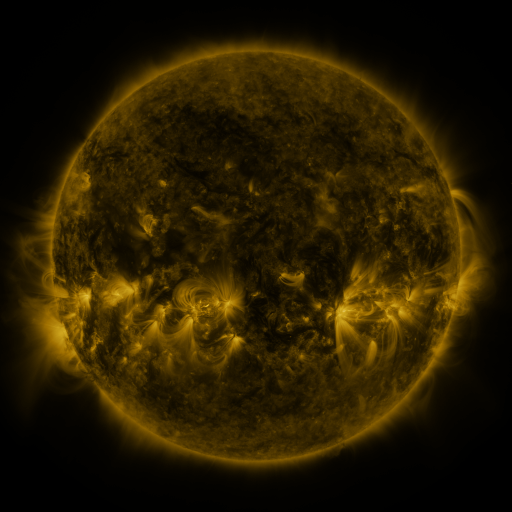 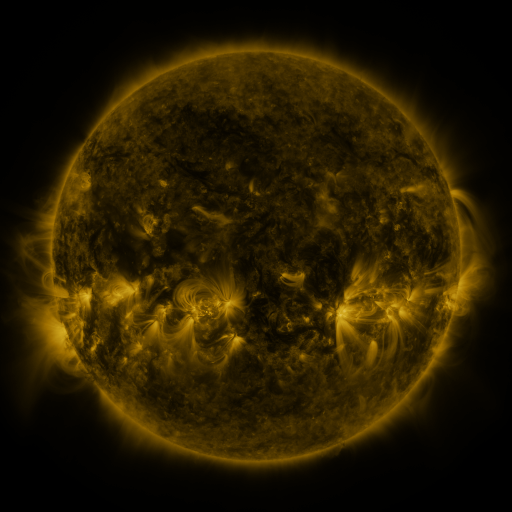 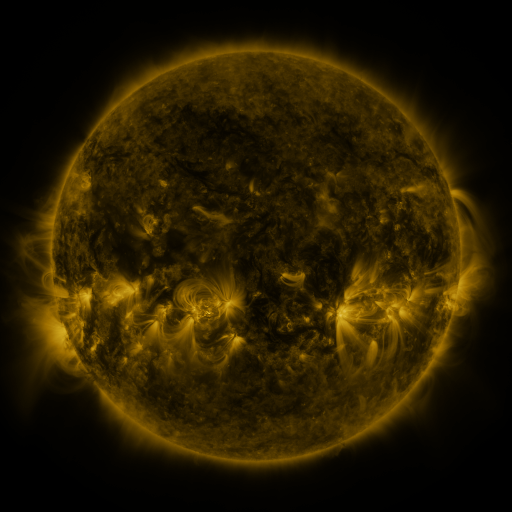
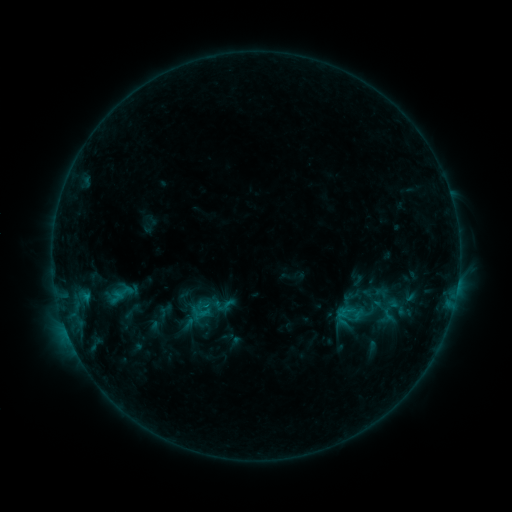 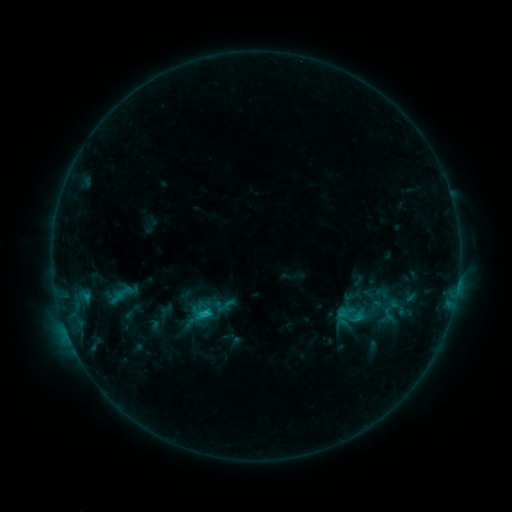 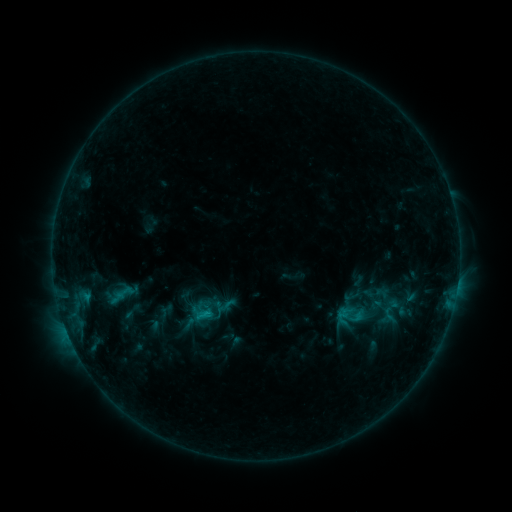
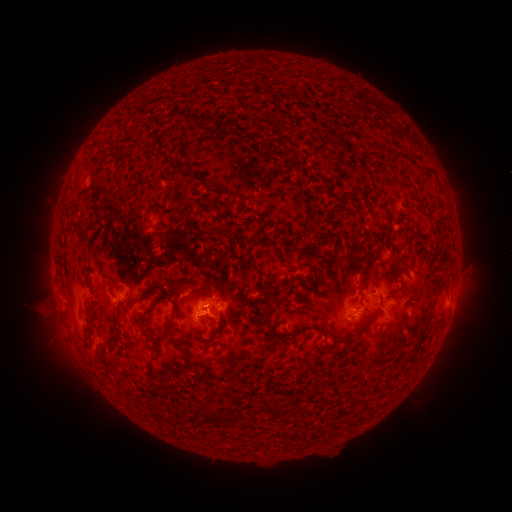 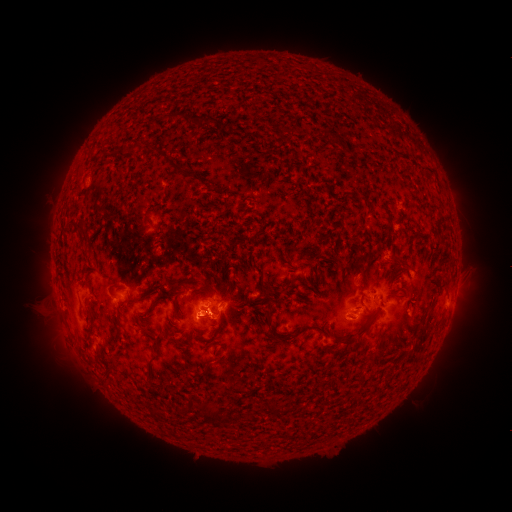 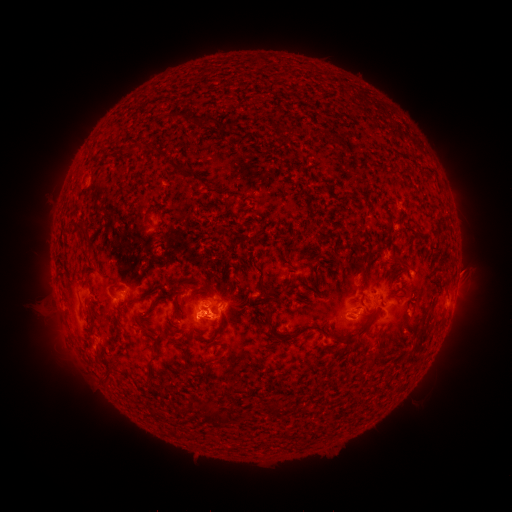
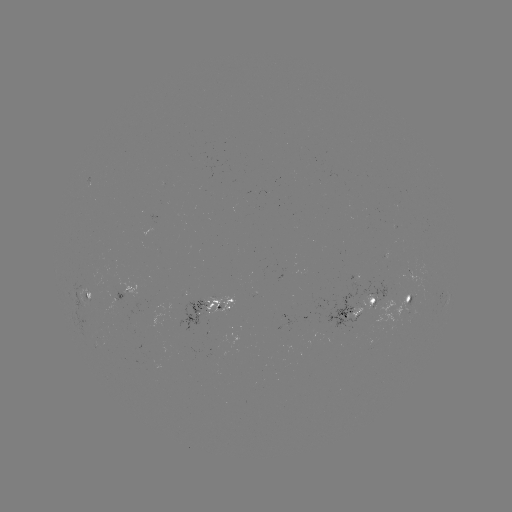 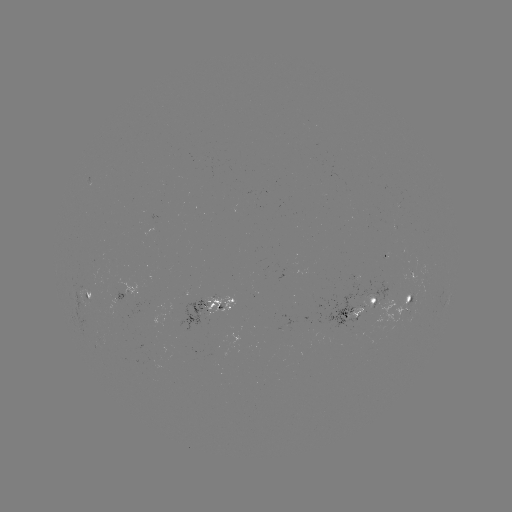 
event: flare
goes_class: C1.2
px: (209, 313)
